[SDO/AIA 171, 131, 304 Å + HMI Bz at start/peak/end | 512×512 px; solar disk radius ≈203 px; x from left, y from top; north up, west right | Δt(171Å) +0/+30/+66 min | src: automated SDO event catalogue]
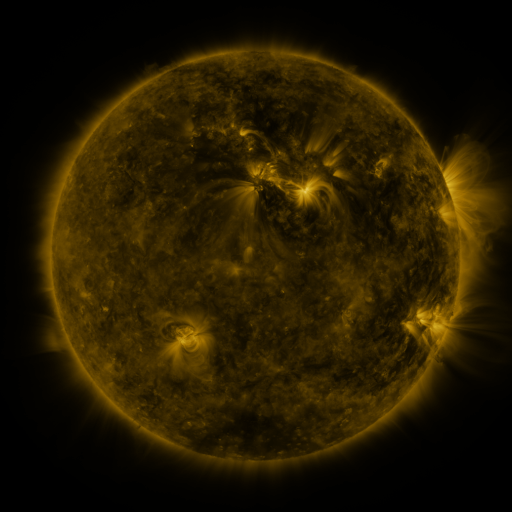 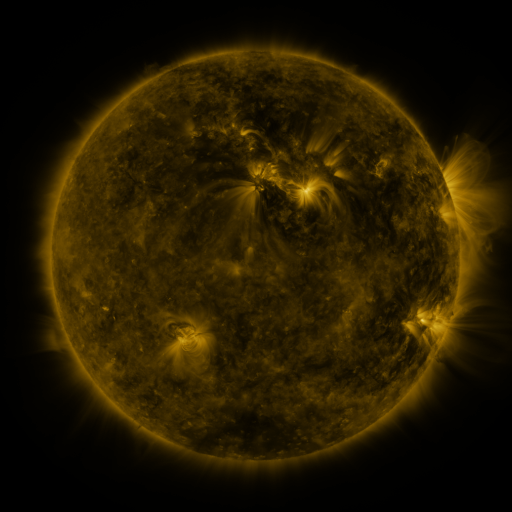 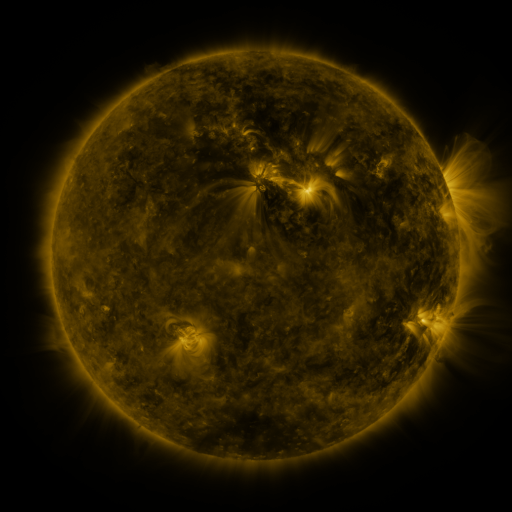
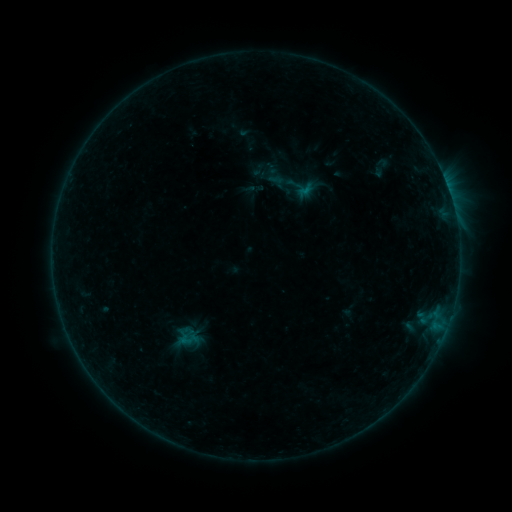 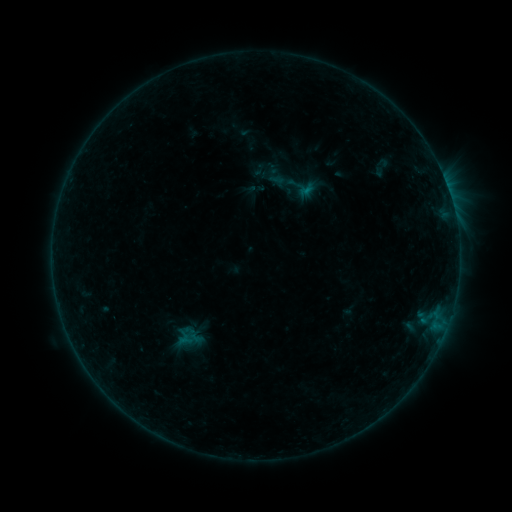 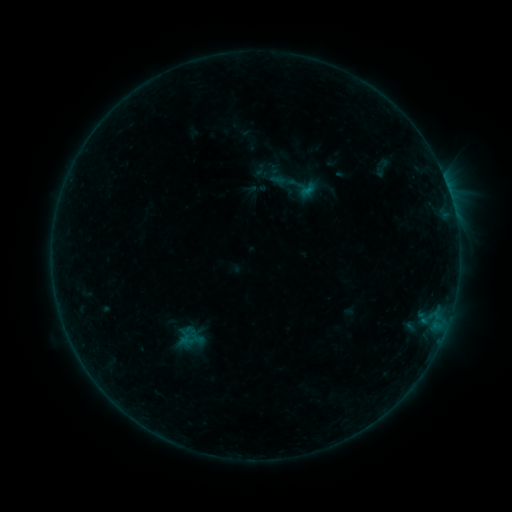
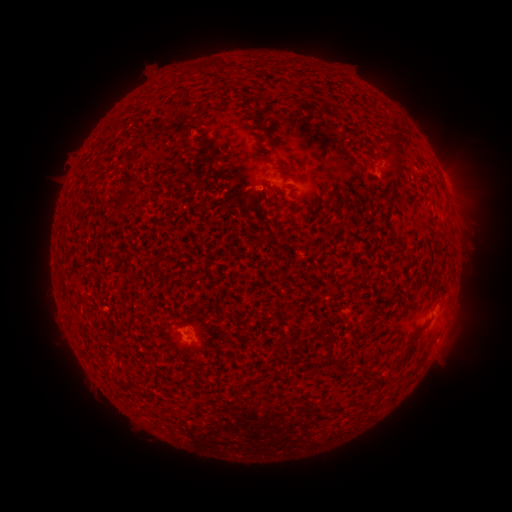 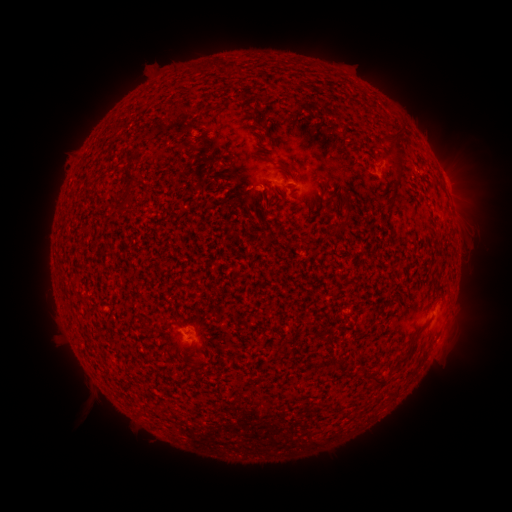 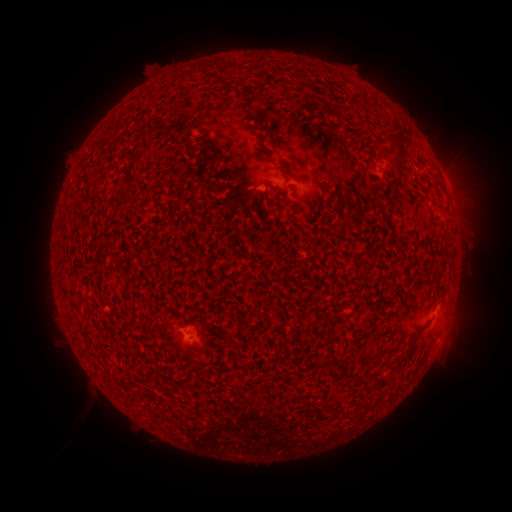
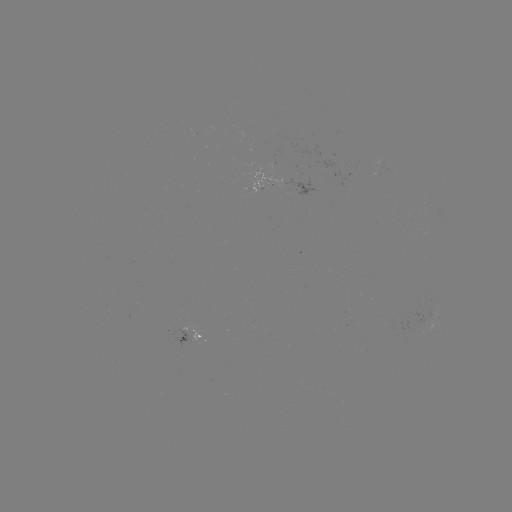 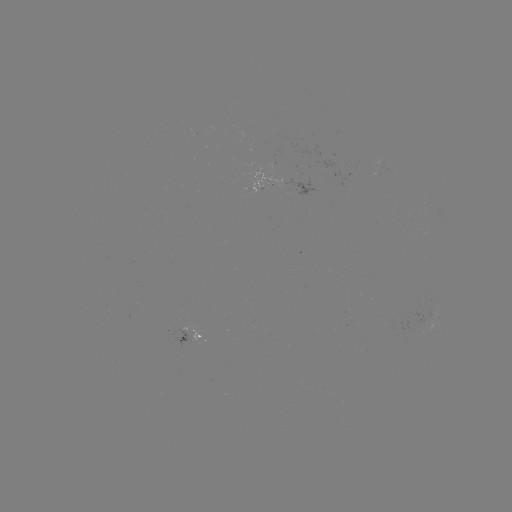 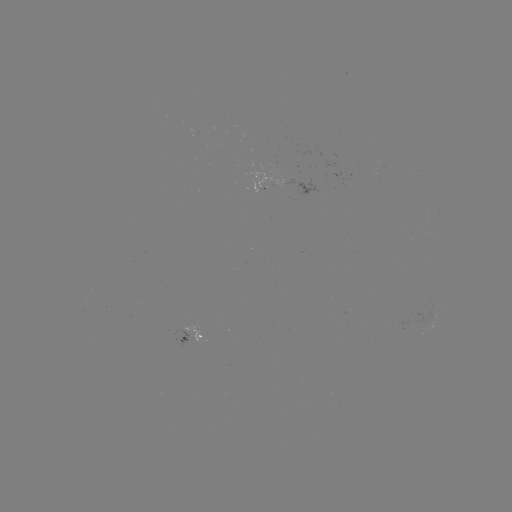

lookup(emerging-flux region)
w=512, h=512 273,182